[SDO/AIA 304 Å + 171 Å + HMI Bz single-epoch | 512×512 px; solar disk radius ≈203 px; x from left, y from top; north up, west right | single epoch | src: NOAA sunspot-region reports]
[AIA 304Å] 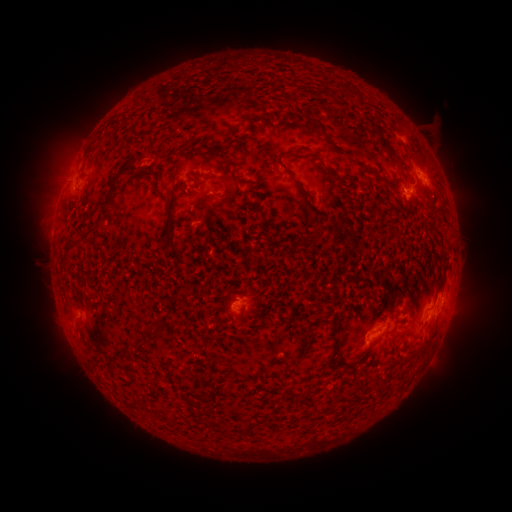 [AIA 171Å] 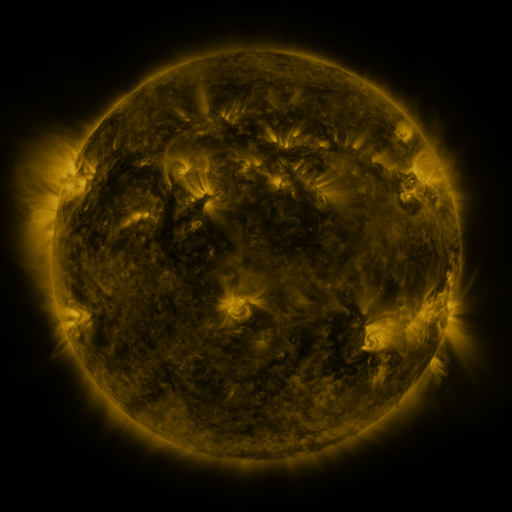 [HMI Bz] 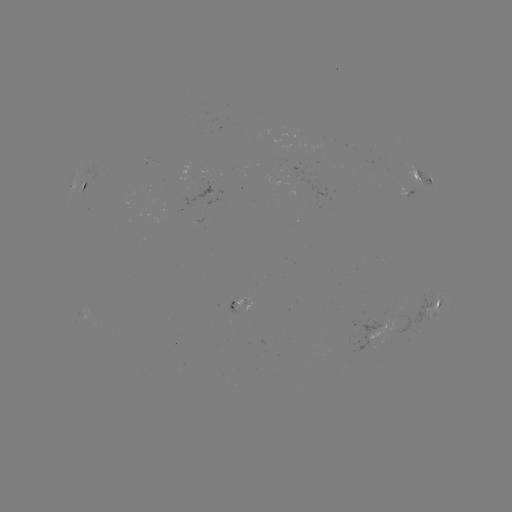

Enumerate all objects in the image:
spotted active region: (81, 186)
spotted active region: (427, 186)
spotted active region: (238, 300)
spotted active region: (434, 302)
spotted active region: (380, 348)
